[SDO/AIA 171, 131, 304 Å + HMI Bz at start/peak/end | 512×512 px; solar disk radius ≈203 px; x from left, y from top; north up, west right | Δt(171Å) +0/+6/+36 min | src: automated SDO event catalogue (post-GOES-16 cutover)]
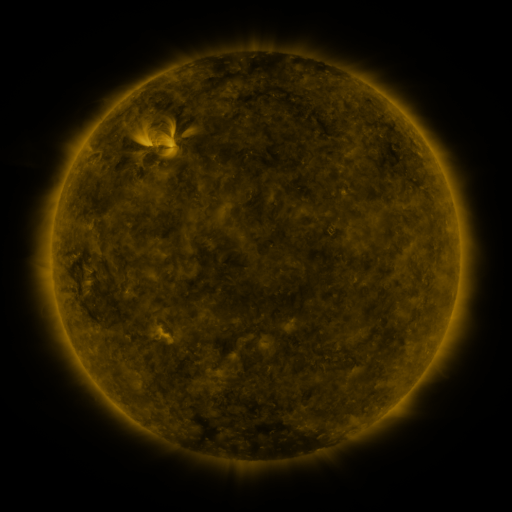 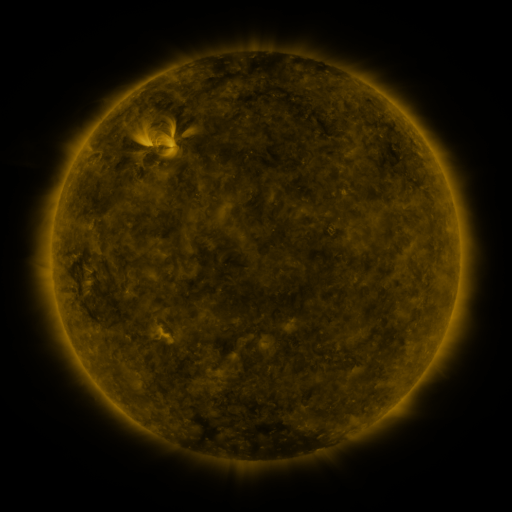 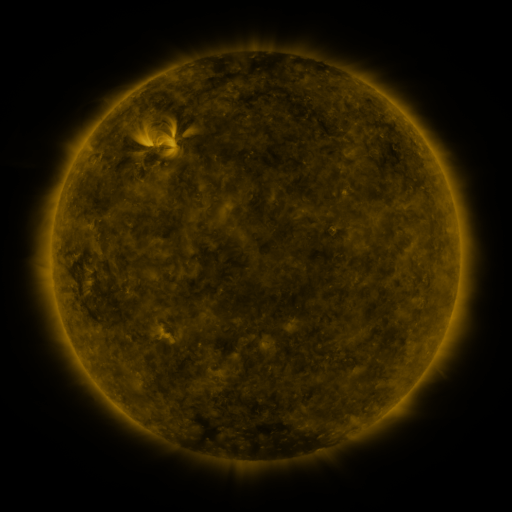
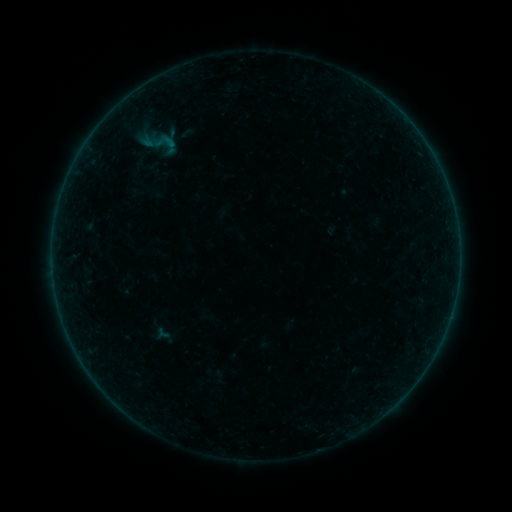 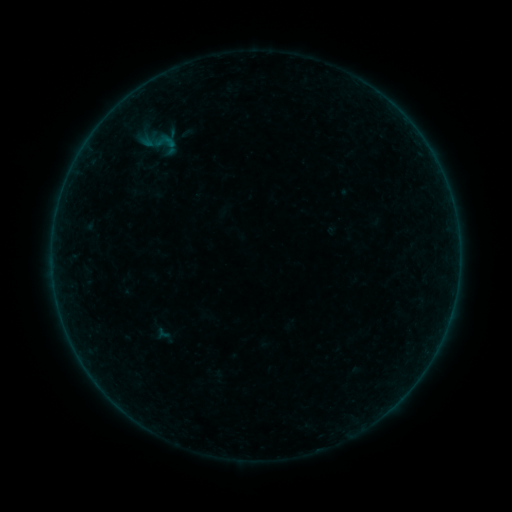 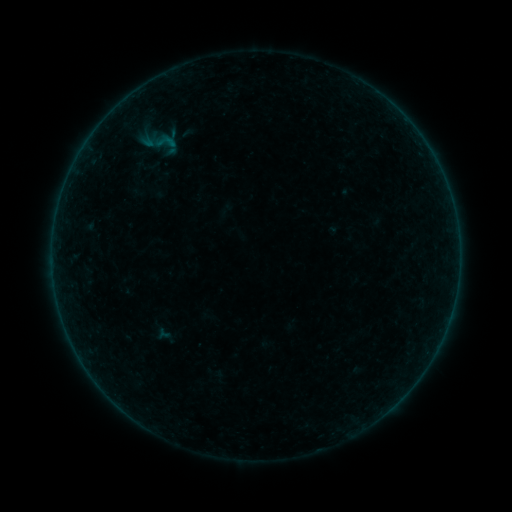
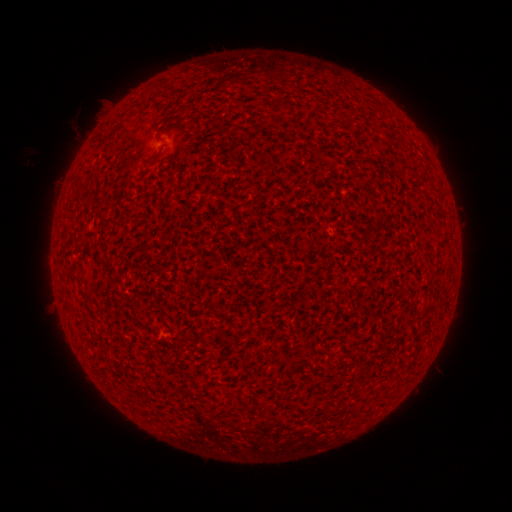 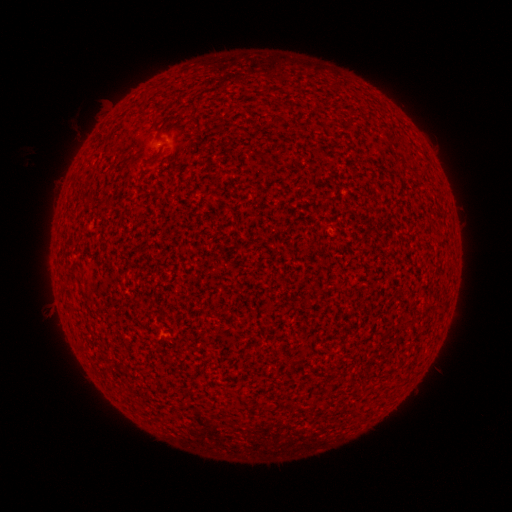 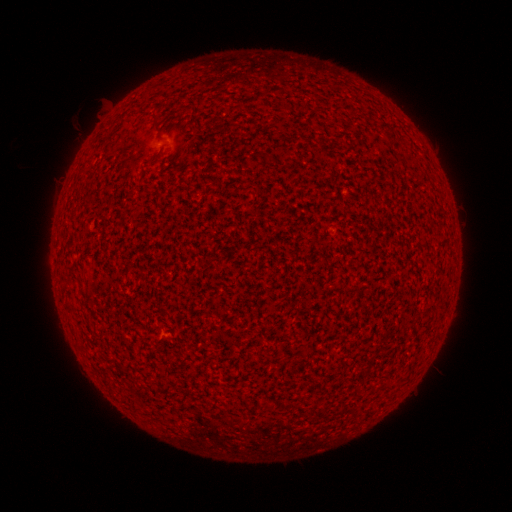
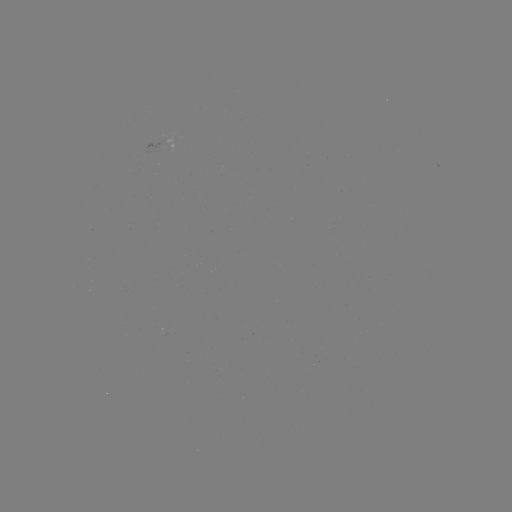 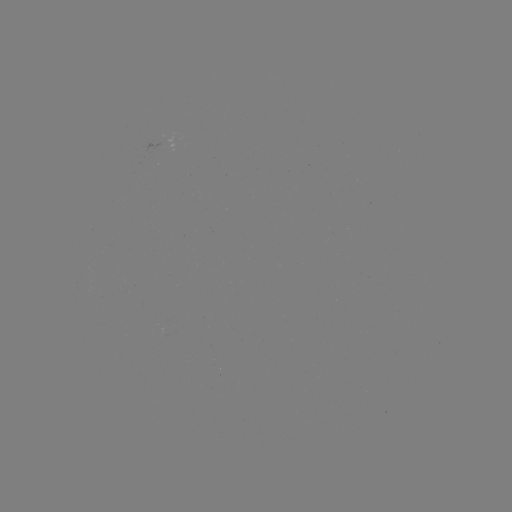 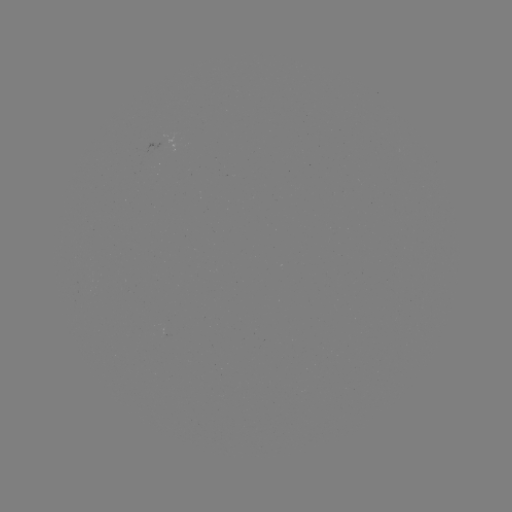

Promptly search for A2.2 flare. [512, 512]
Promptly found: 161,143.